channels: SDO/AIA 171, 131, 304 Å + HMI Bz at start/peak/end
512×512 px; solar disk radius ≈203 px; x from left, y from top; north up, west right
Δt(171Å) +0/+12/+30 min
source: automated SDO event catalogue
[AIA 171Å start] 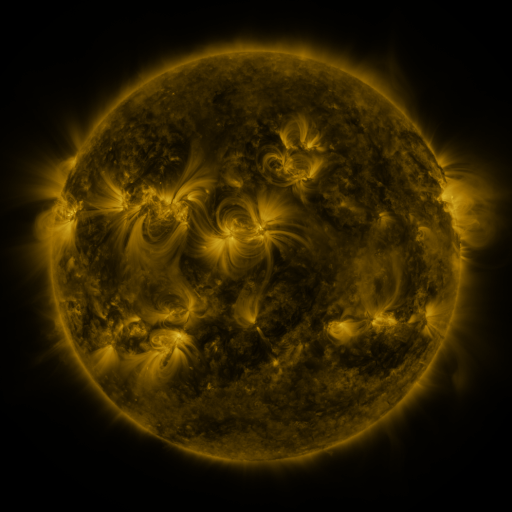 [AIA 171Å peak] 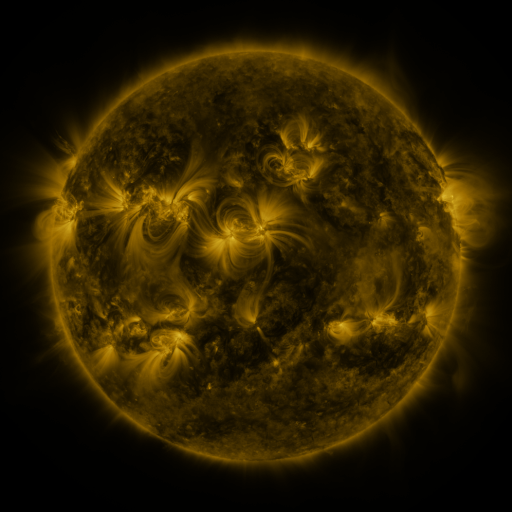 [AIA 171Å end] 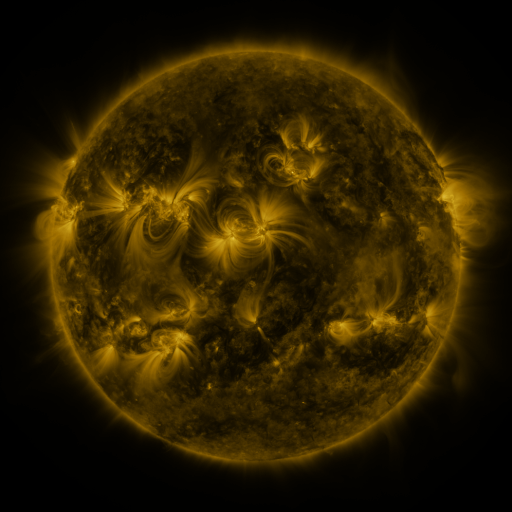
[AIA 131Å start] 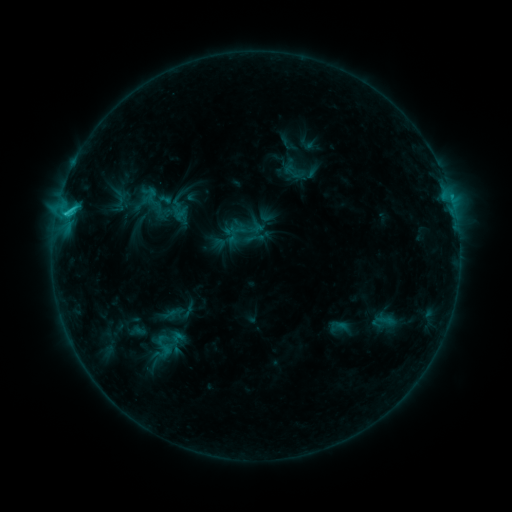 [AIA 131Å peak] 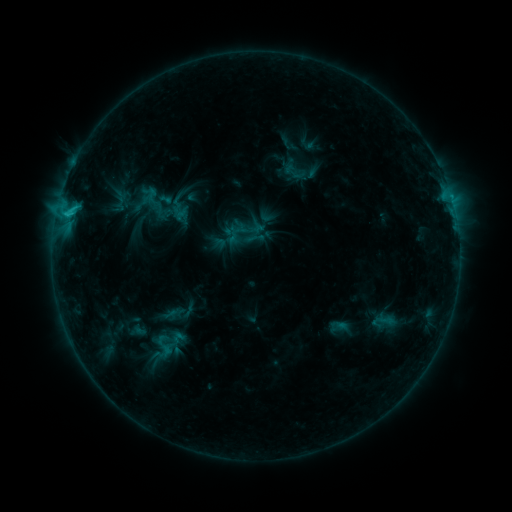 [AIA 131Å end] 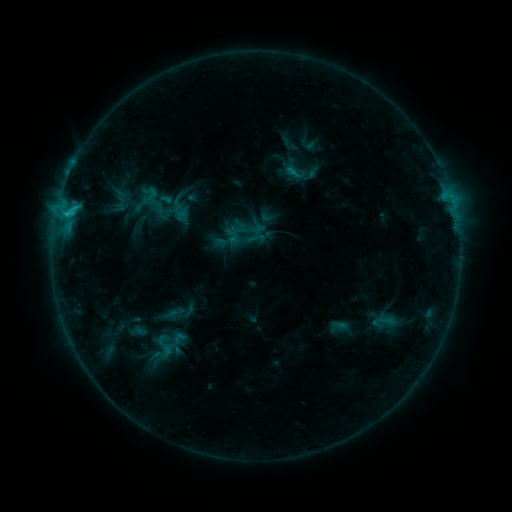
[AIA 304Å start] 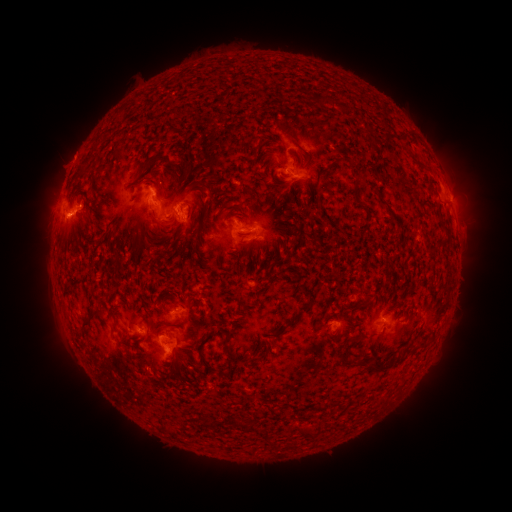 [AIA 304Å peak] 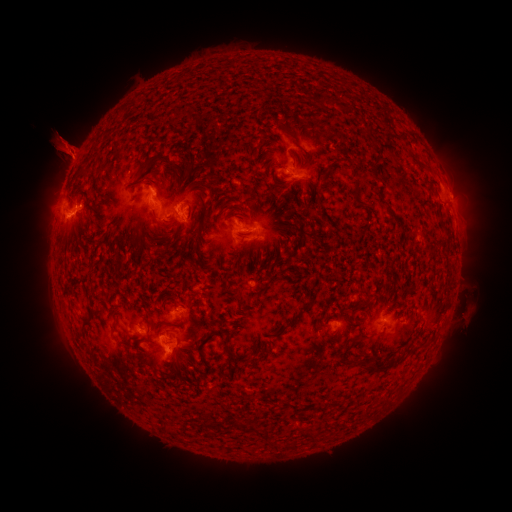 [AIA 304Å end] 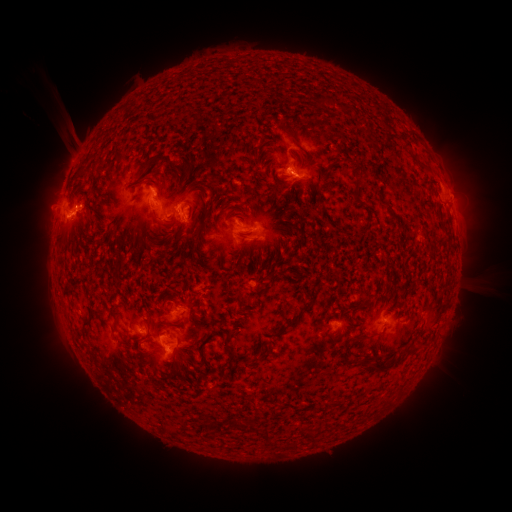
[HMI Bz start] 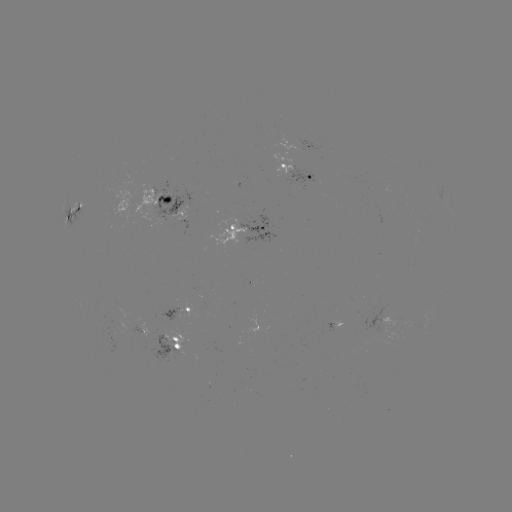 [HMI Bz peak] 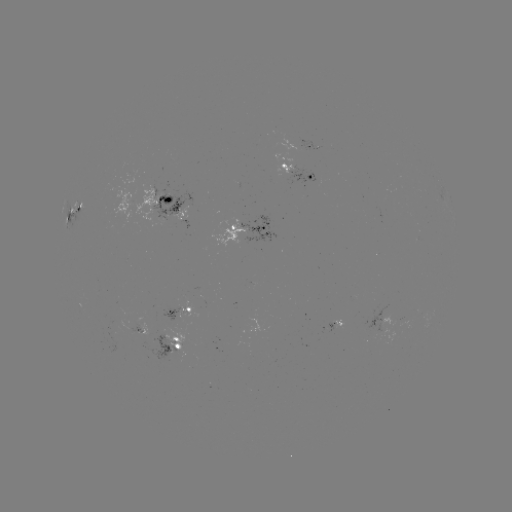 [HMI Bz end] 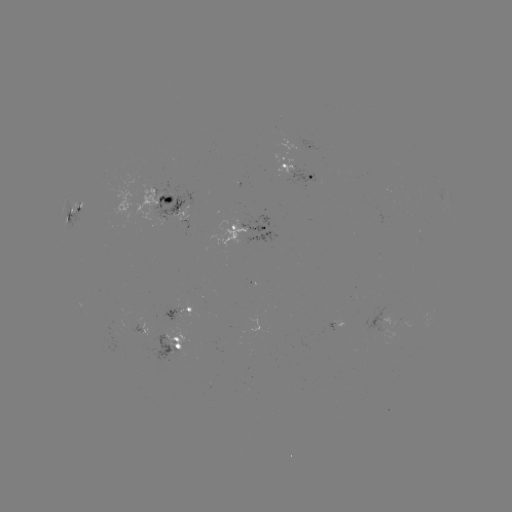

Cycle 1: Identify eruption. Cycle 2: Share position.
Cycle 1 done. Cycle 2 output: [68, 143].